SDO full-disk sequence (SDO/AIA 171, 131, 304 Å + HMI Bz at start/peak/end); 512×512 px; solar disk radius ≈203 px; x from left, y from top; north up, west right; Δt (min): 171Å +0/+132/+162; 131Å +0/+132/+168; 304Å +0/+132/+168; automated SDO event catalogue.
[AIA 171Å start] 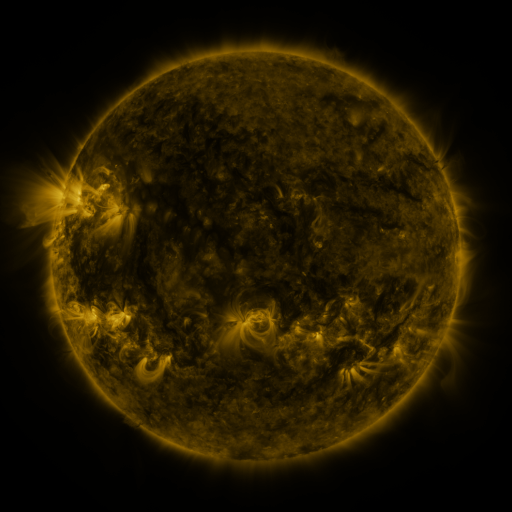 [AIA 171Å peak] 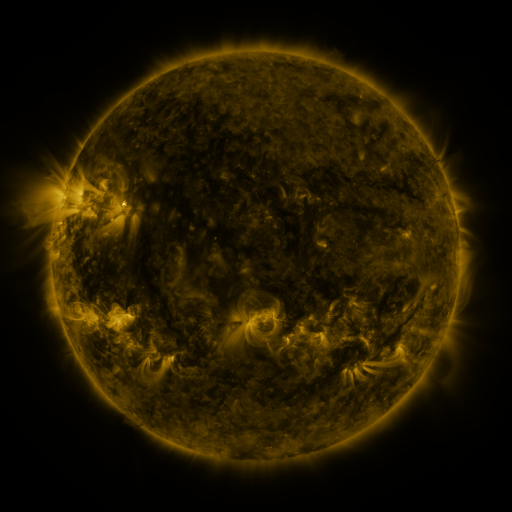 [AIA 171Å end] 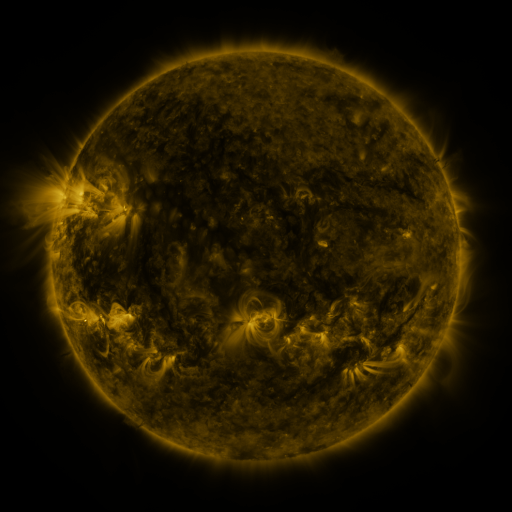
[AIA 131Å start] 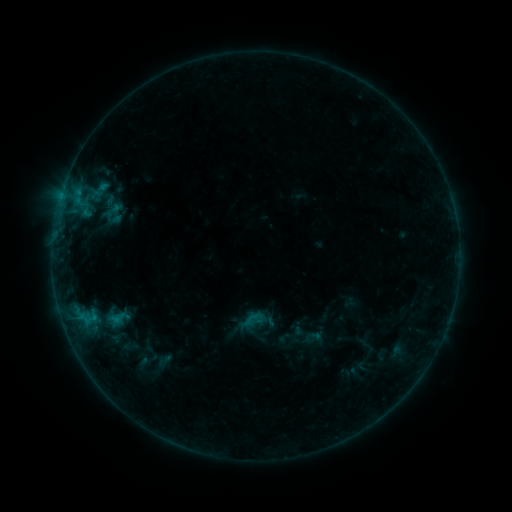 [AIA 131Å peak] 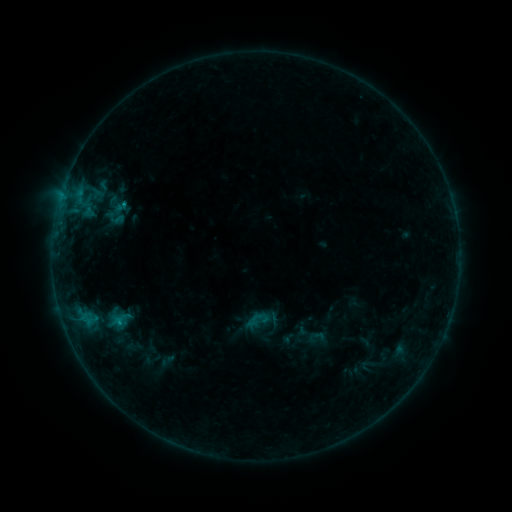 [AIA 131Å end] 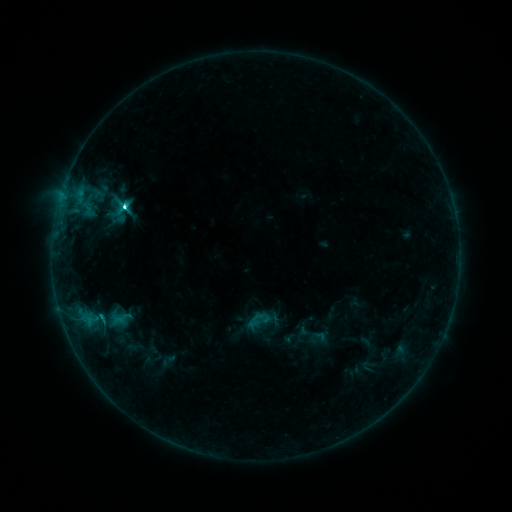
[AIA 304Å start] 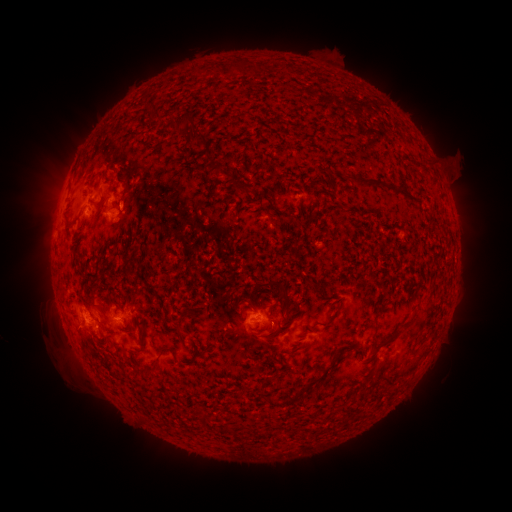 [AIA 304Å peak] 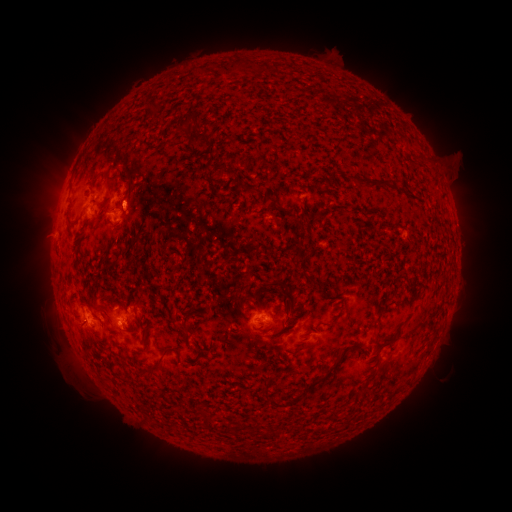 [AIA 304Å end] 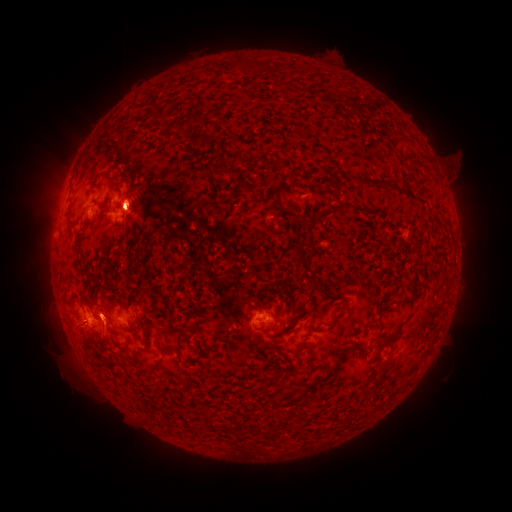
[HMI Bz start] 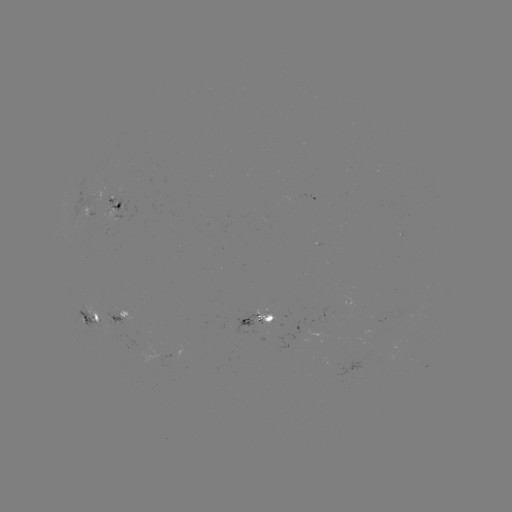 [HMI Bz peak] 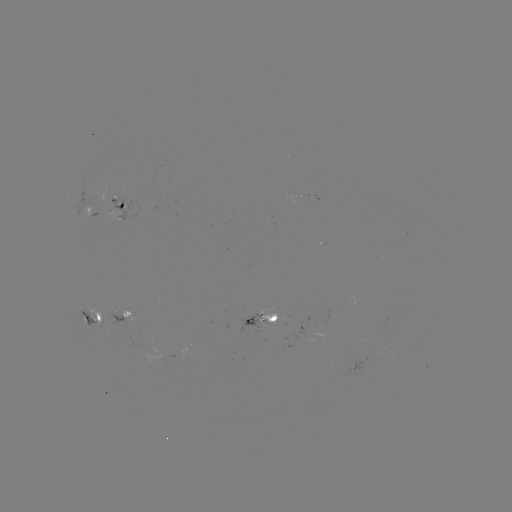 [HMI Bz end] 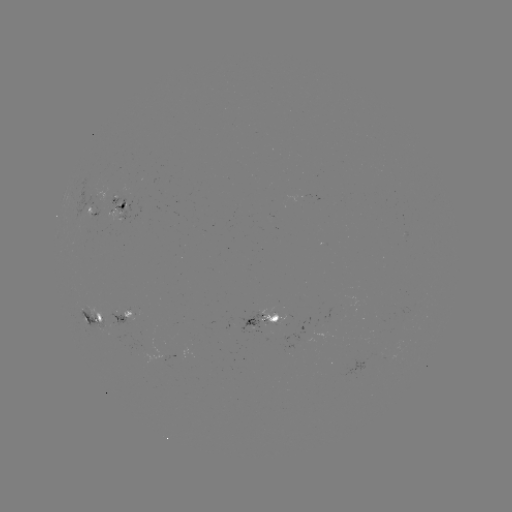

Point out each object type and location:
emerging-flux region: (166, 355)
